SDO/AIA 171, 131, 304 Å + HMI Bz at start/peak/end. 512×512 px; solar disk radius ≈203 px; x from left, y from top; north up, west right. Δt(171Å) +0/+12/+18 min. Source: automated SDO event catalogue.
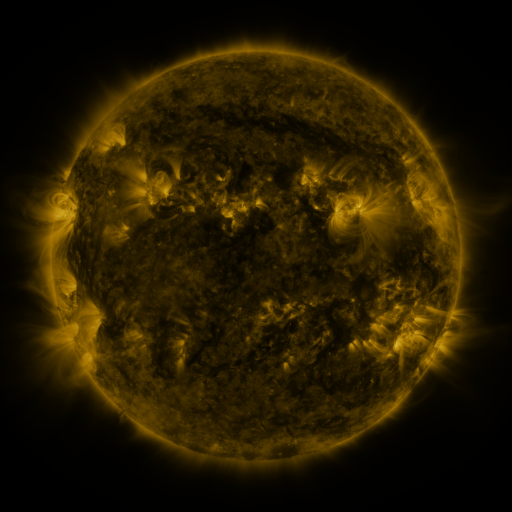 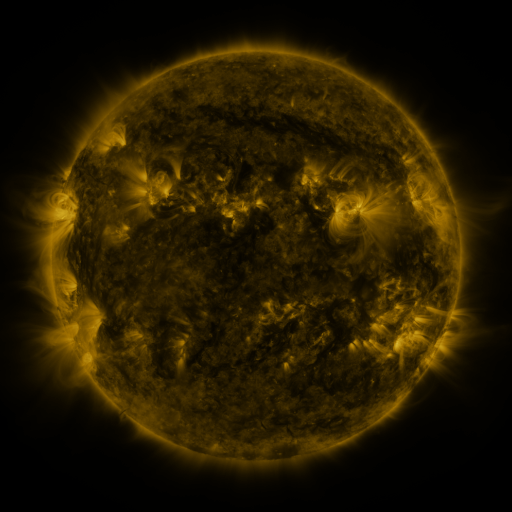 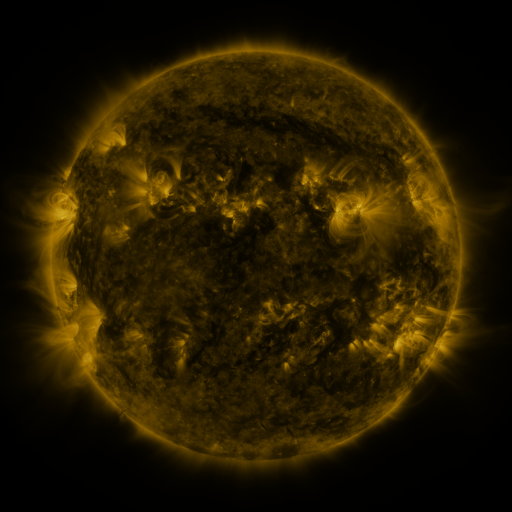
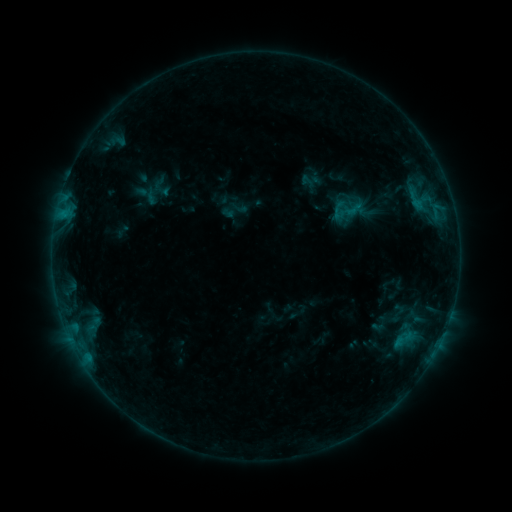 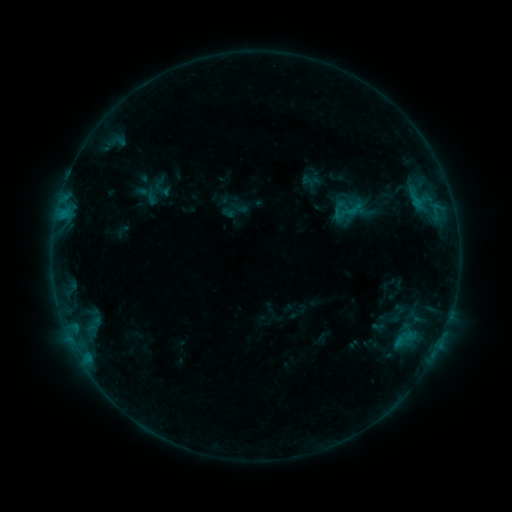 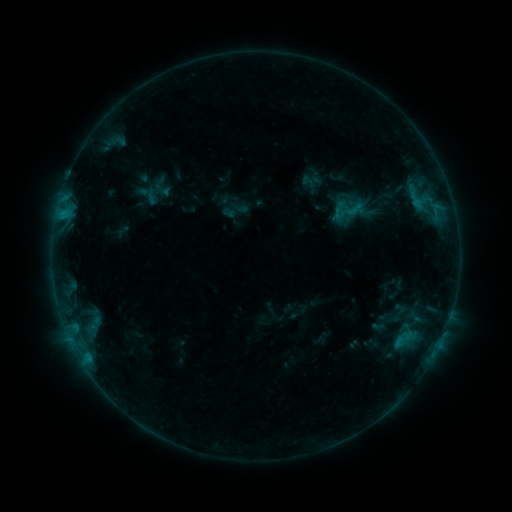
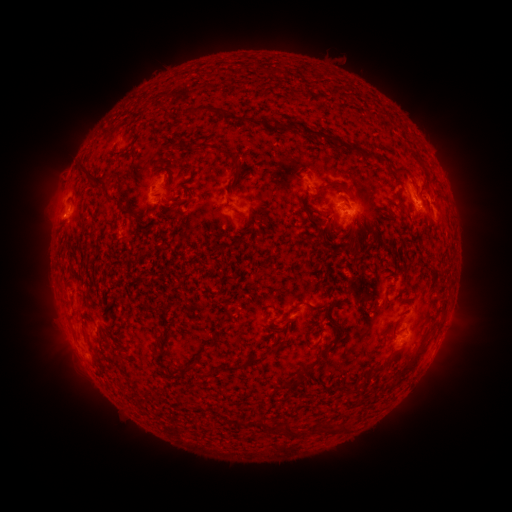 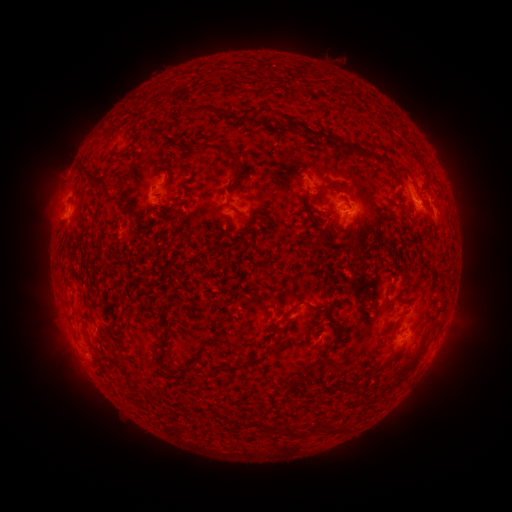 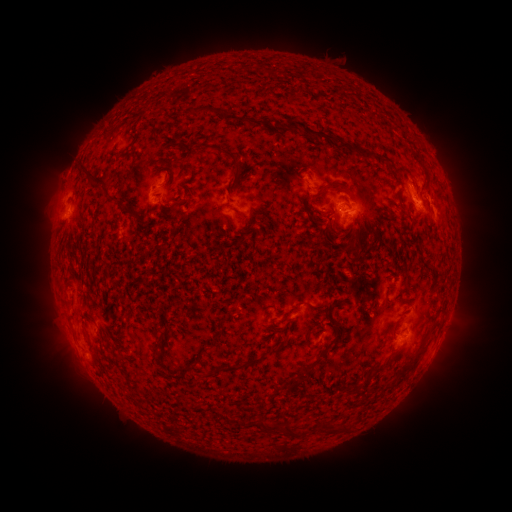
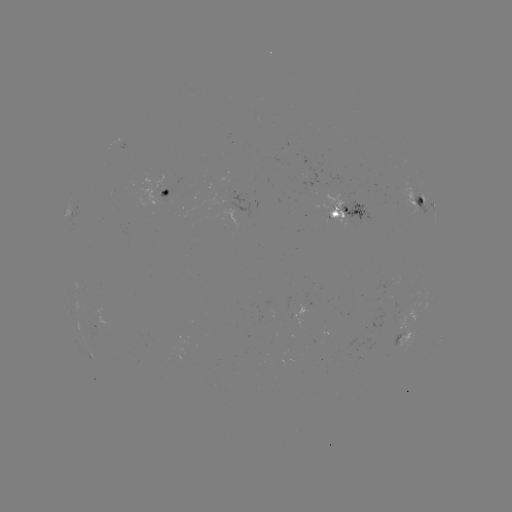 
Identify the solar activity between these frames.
no classed flare was catalogued and no EUV brightening was flagged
